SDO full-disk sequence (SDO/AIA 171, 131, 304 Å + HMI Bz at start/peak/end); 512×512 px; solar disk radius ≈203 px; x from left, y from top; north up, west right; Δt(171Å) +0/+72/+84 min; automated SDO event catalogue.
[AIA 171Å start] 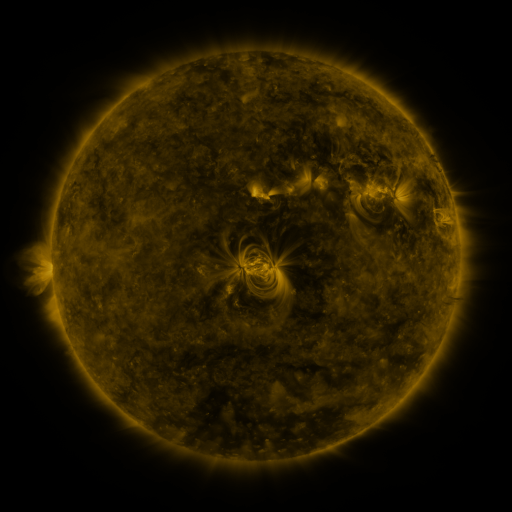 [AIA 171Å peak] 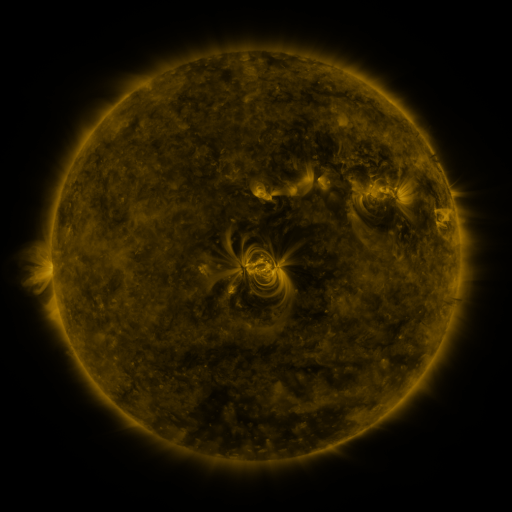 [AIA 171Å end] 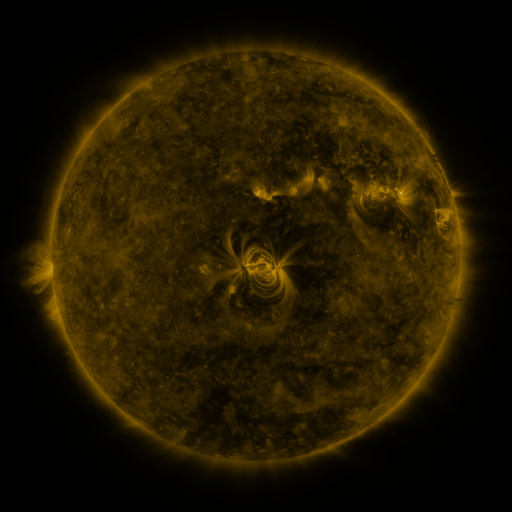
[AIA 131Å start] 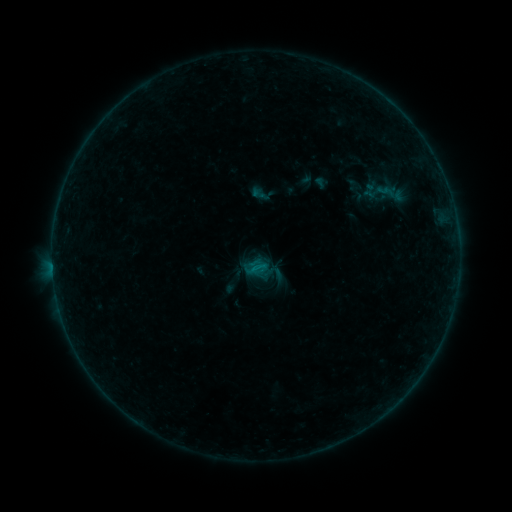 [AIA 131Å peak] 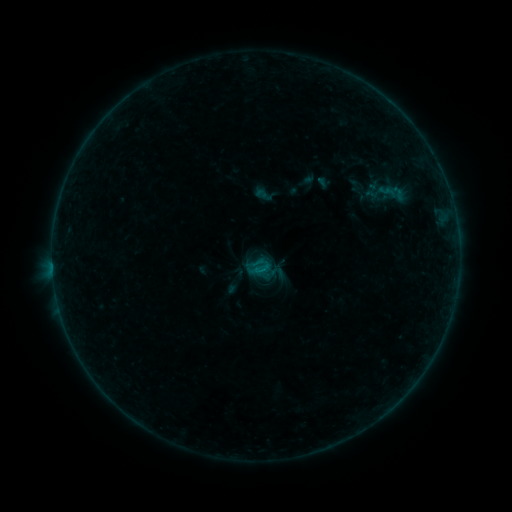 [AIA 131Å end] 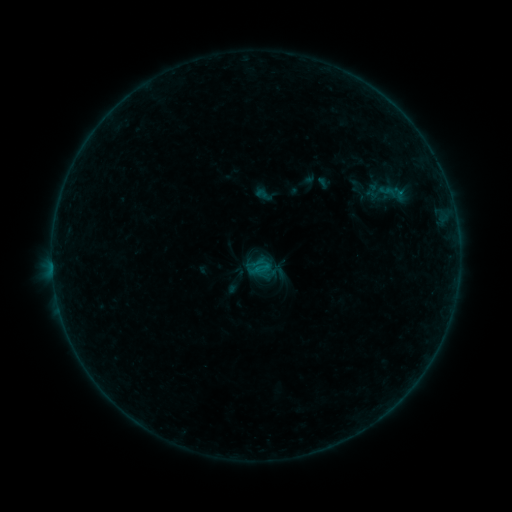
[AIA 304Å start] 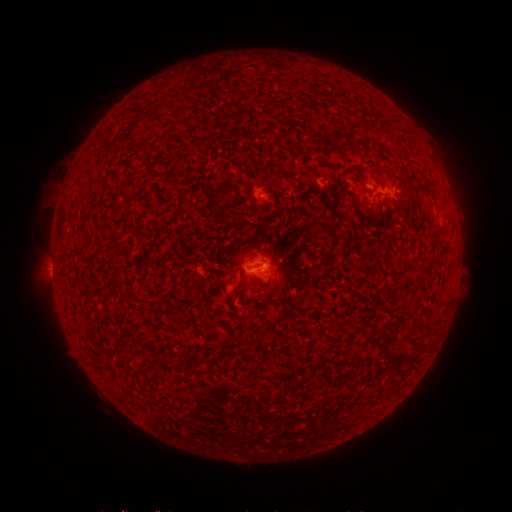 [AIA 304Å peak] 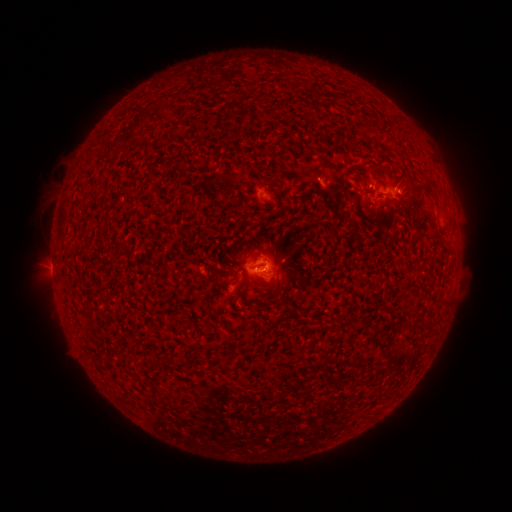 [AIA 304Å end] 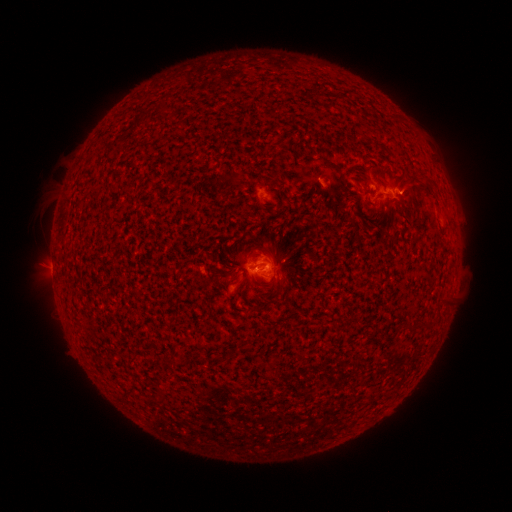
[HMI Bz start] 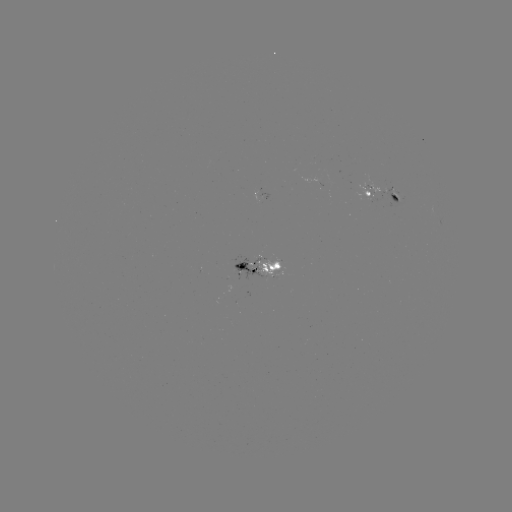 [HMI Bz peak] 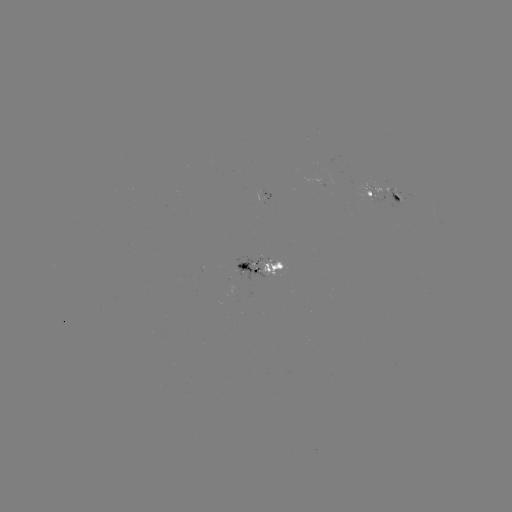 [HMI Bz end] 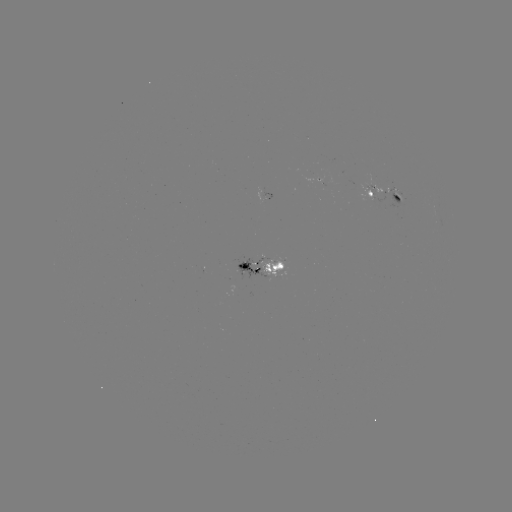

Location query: emerging-flux region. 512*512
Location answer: [251, 268].